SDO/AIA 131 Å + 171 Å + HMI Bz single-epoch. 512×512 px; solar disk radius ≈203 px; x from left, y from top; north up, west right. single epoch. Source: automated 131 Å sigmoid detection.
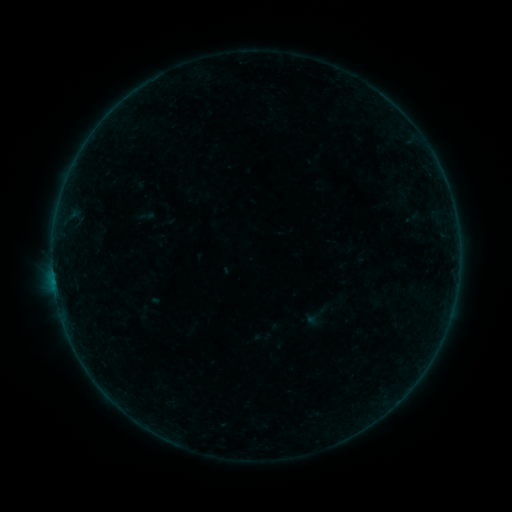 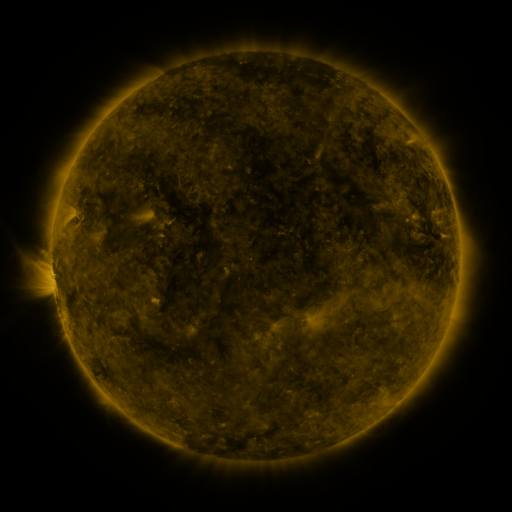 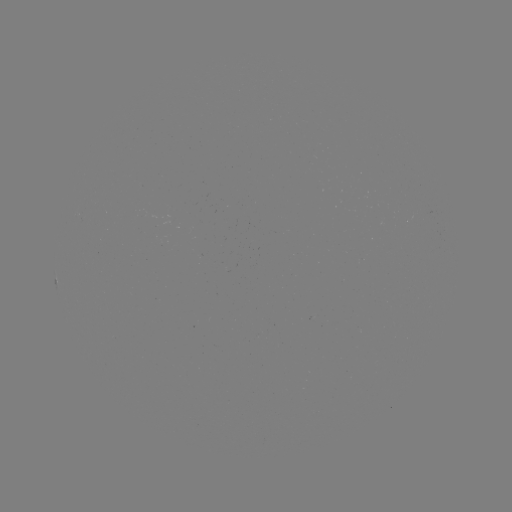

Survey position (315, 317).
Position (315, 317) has sigmoid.